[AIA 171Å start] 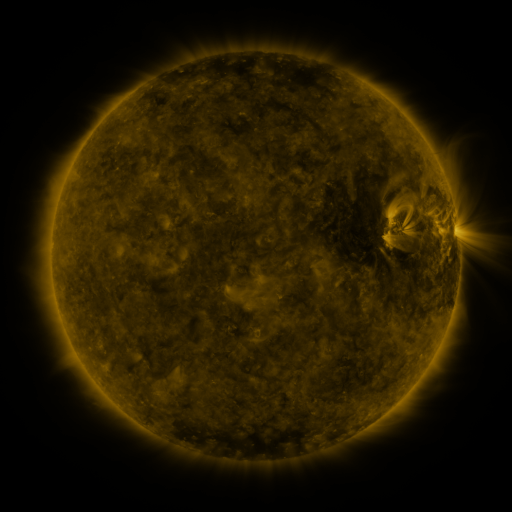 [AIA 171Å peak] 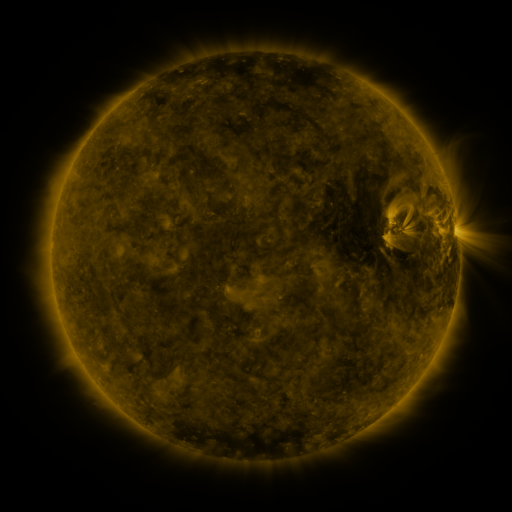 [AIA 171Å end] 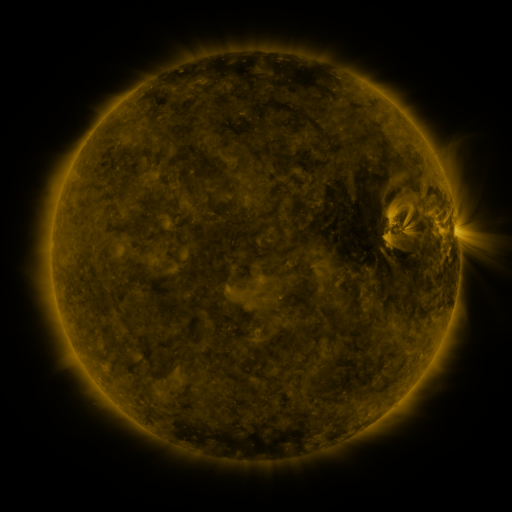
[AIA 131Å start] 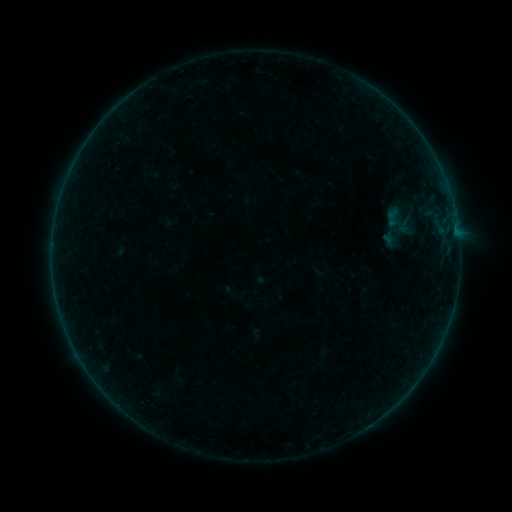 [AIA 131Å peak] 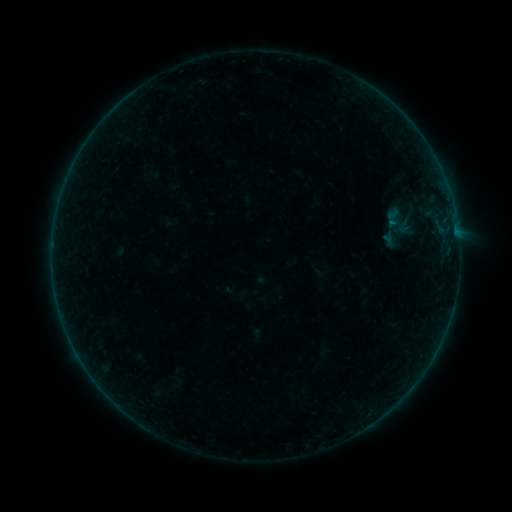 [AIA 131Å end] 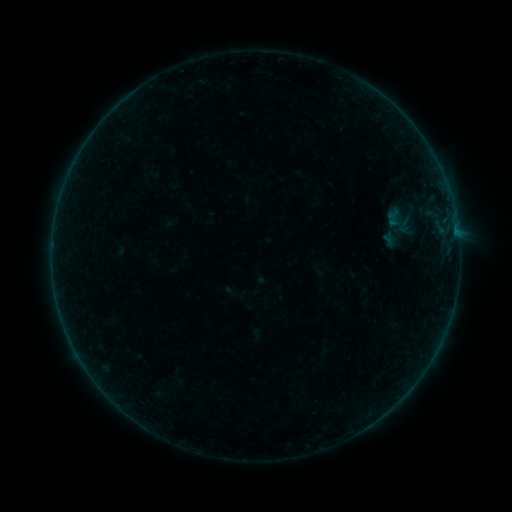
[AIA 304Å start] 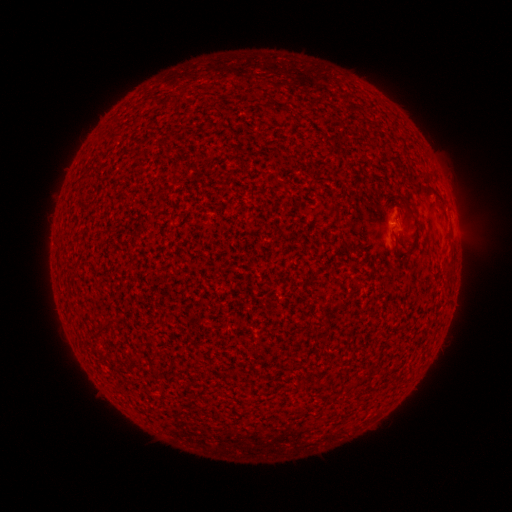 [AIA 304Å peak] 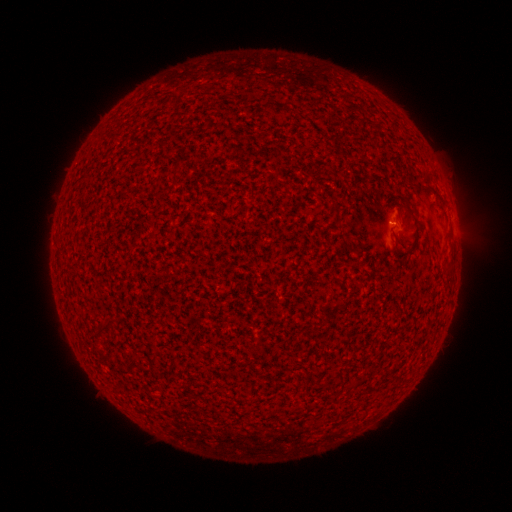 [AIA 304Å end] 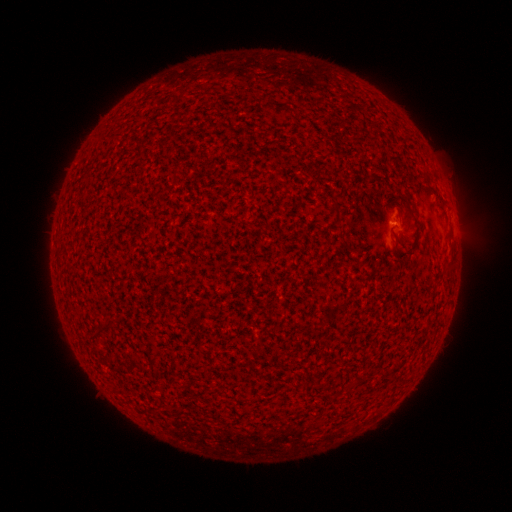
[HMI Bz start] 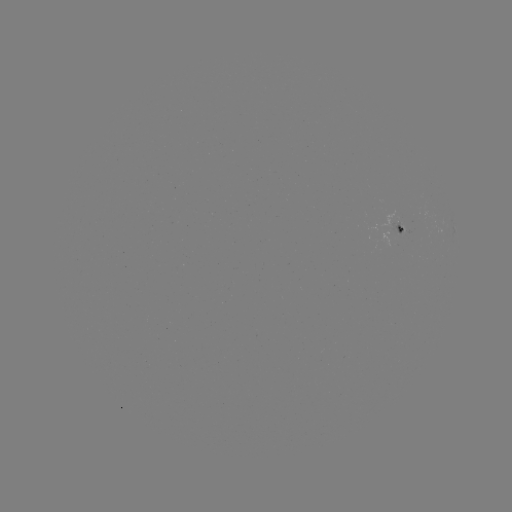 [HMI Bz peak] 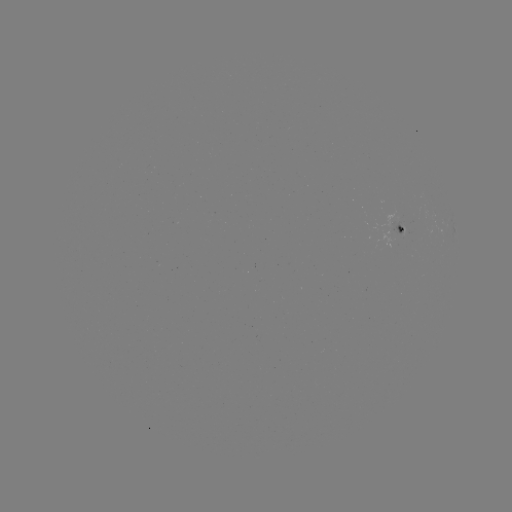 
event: flare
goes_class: B1.4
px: (391, 224)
